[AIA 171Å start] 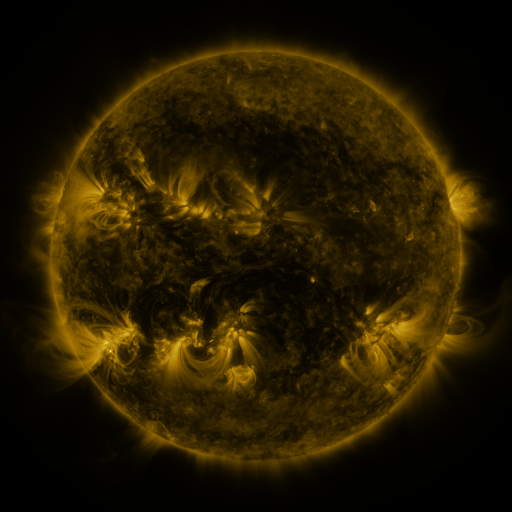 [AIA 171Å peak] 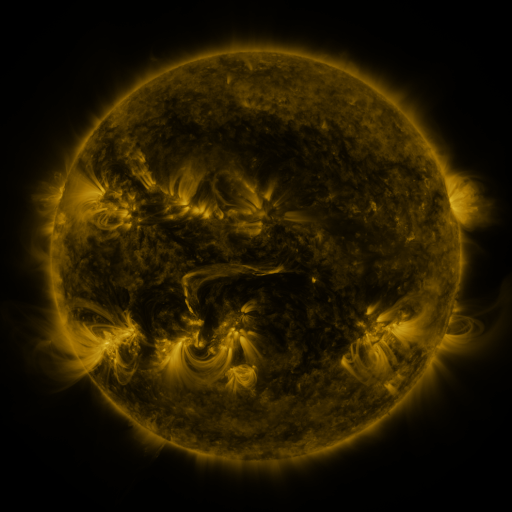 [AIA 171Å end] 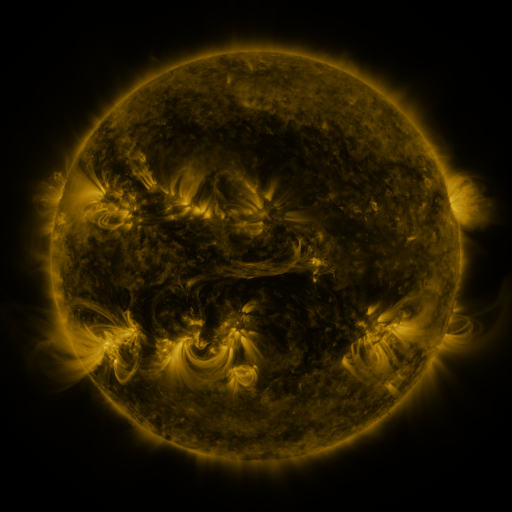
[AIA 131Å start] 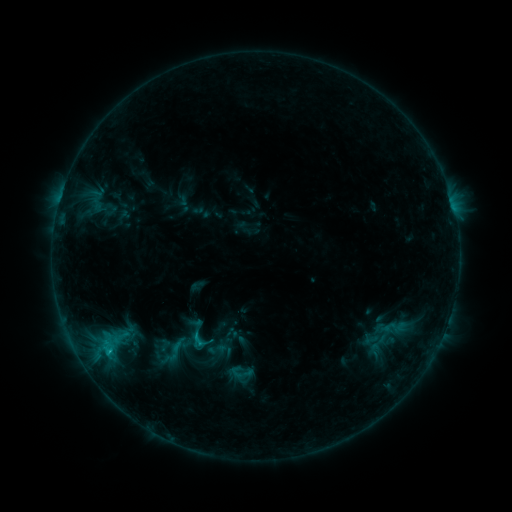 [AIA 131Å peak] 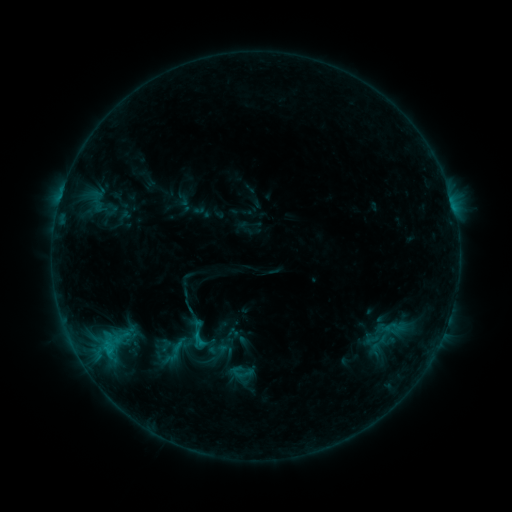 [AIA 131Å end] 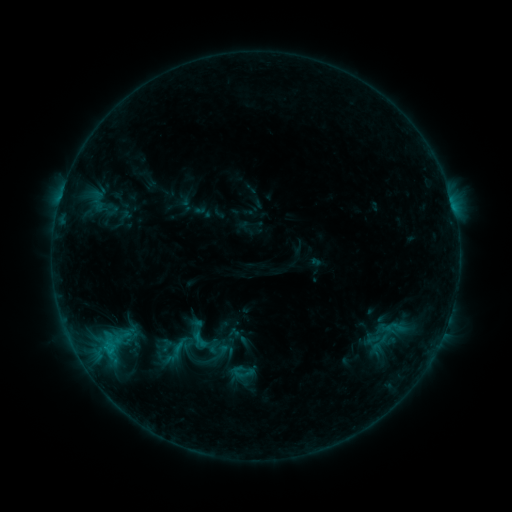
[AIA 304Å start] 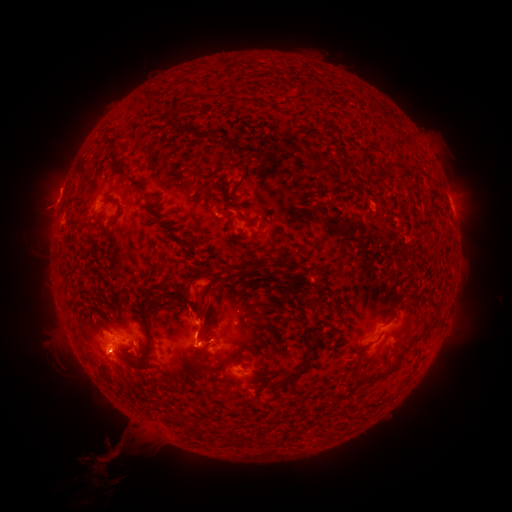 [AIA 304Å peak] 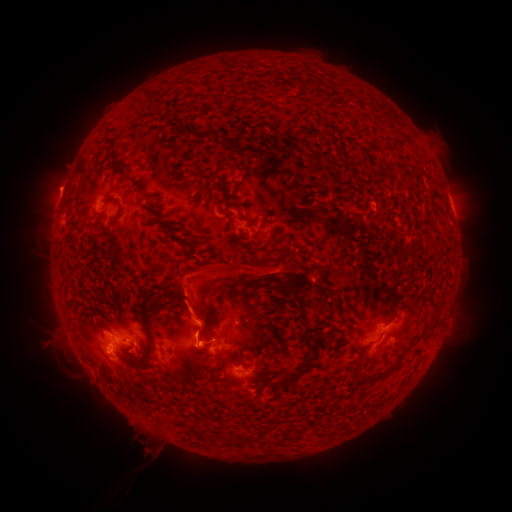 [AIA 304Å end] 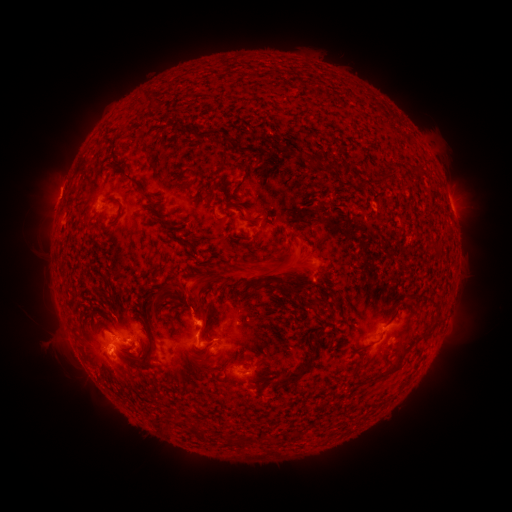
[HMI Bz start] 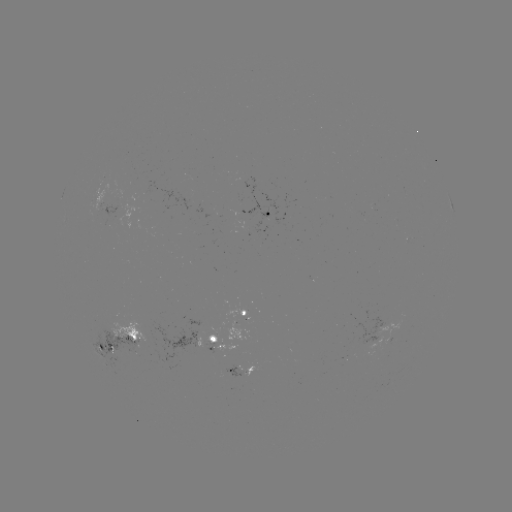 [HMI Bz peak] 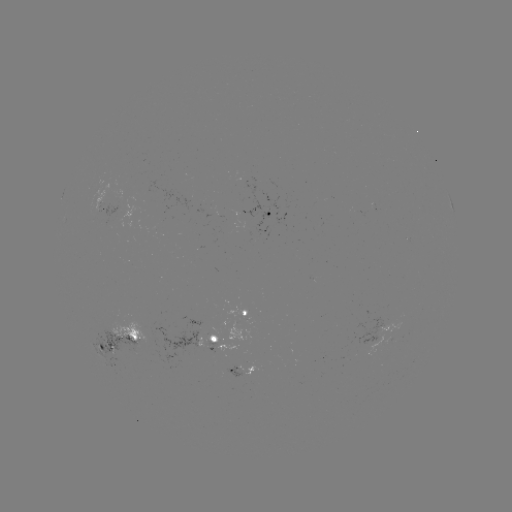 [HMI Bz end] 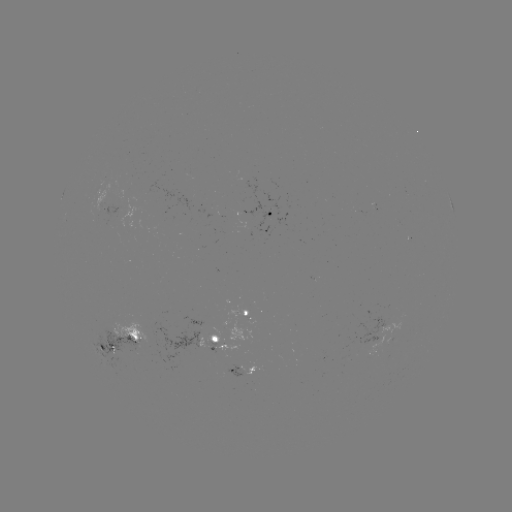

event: eruption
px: (226, 279)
